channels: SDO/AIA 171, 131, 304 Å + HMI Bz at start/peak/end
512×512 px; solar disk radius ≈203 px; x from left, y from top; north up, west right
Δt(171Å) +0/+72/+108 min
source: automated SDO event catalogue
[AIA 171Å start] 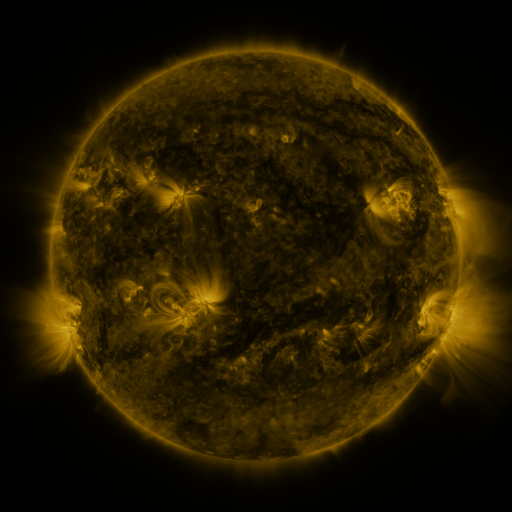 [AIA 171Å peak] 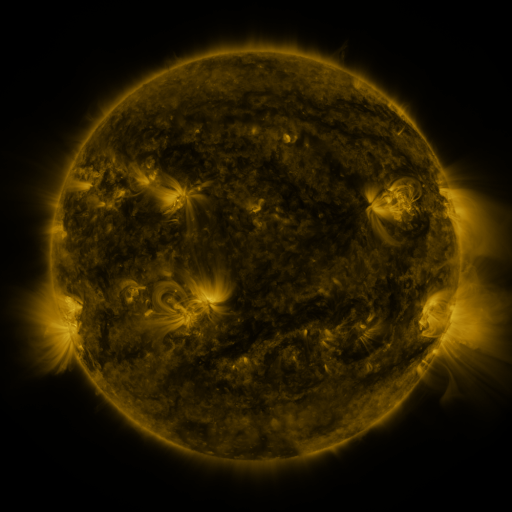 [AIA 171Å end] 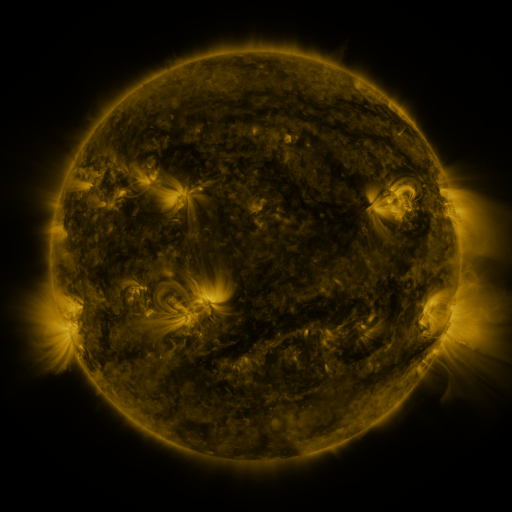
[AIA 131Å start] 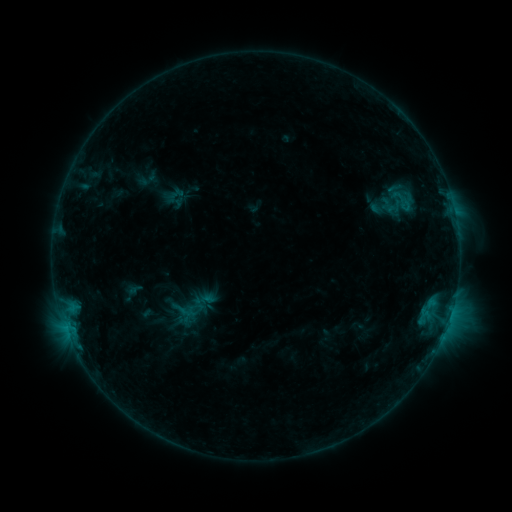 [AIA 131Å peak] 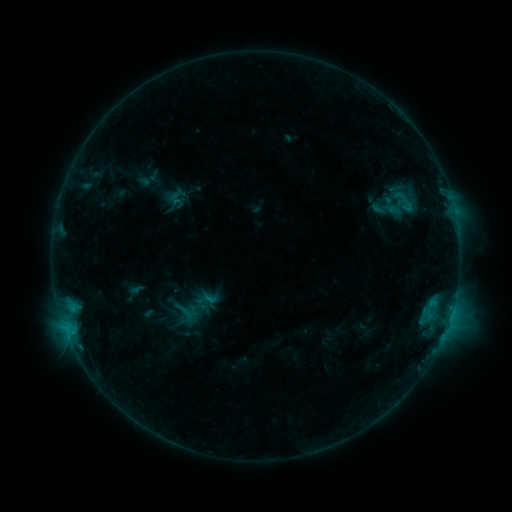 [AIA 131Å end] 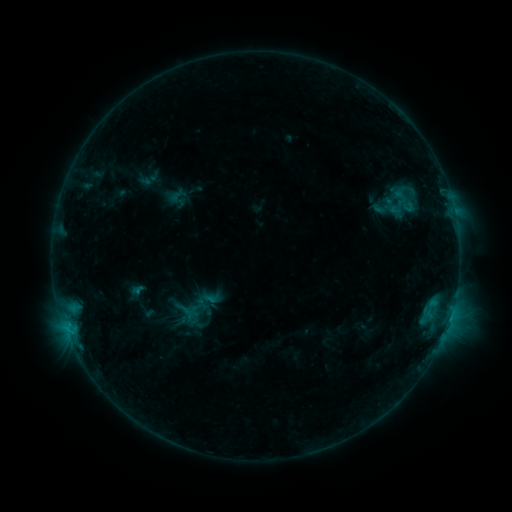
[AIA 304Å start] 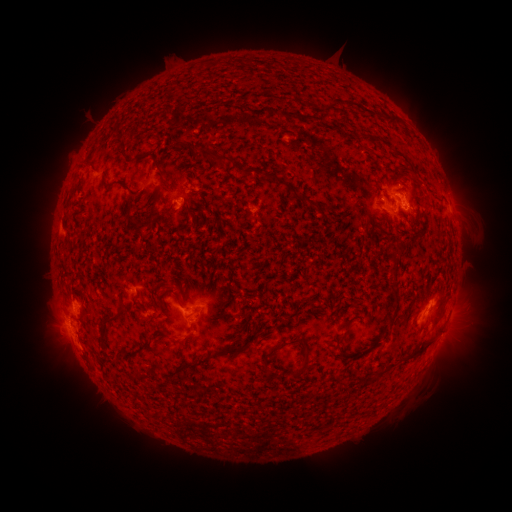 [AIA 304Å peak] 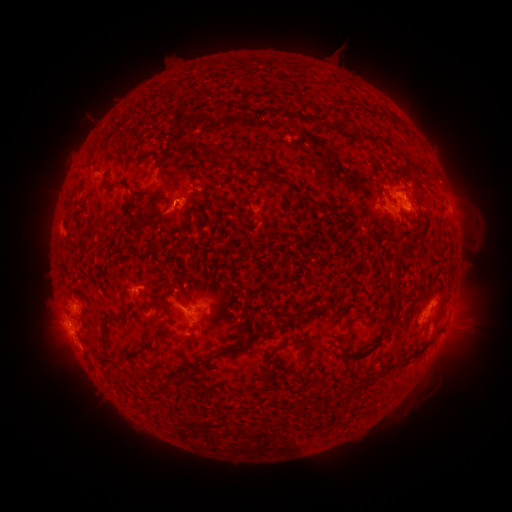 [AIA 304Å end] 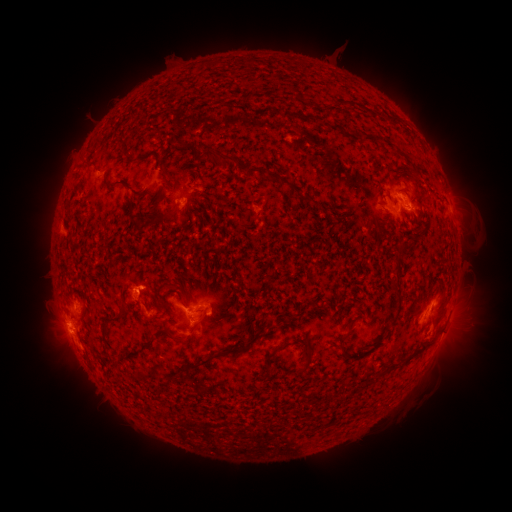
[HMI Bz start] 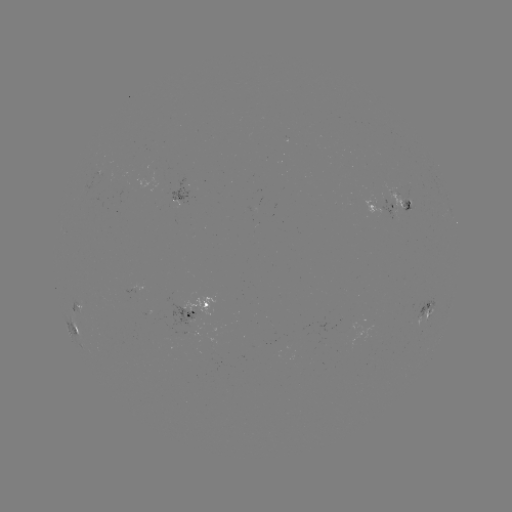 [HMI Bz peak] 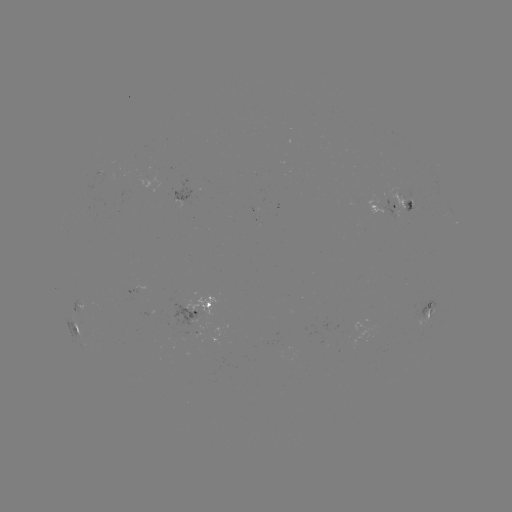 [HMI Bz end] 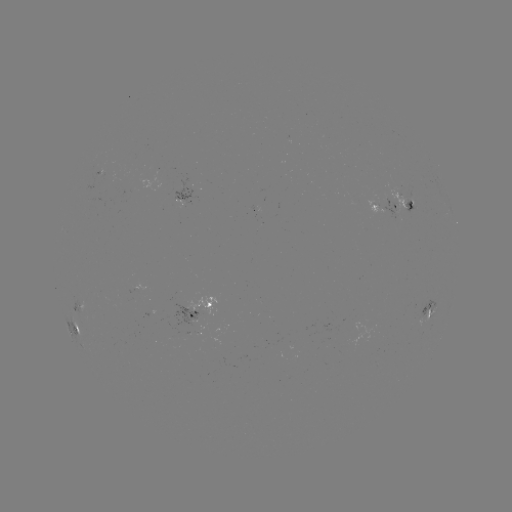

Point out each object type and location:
emerging-flux region: (203, 308)
